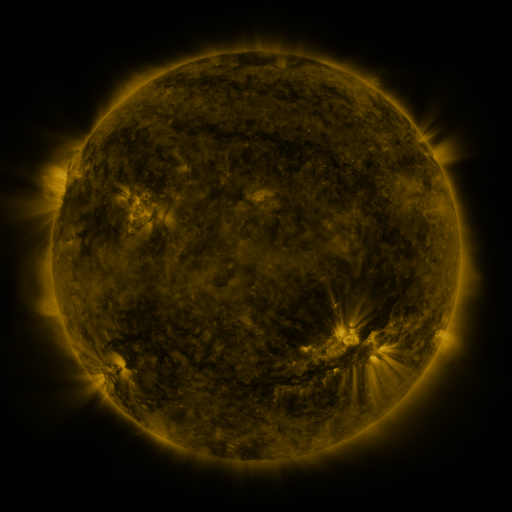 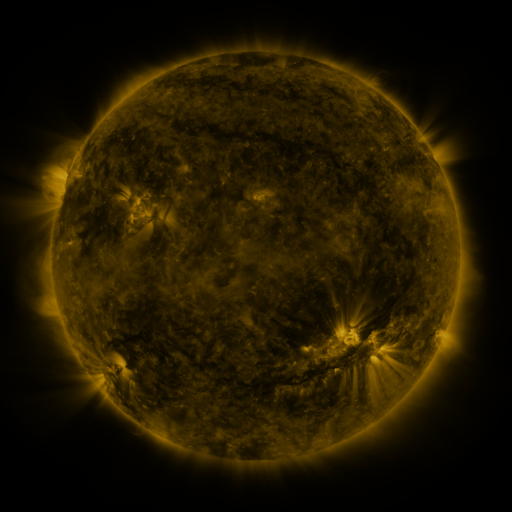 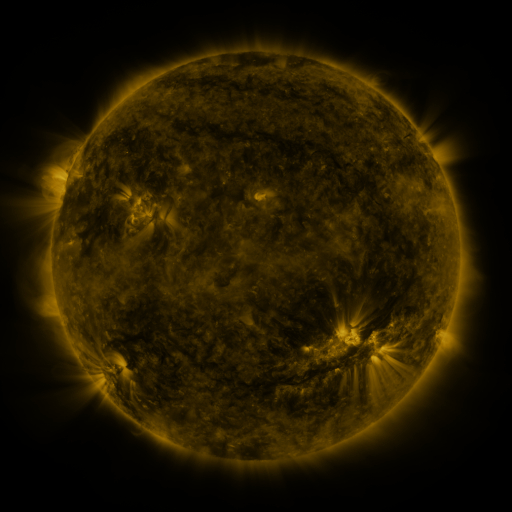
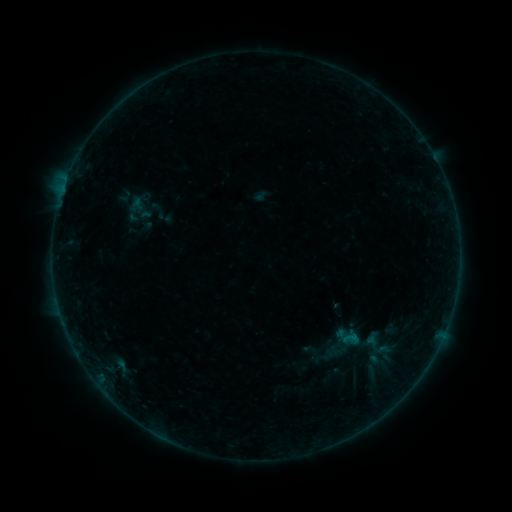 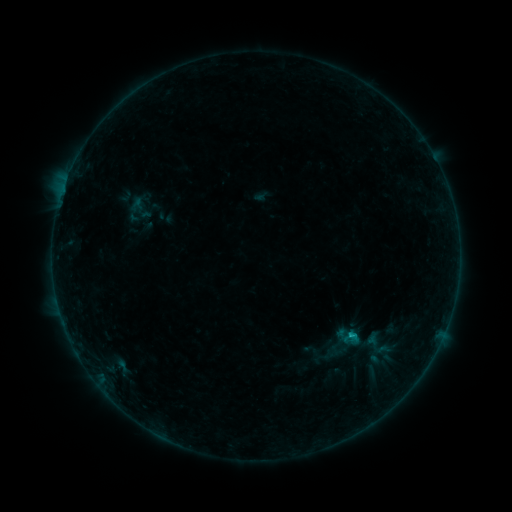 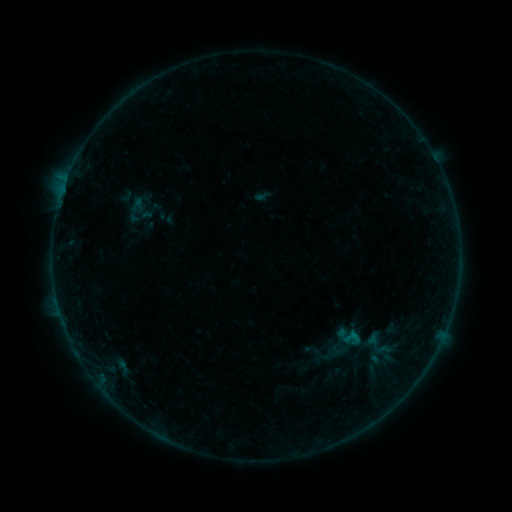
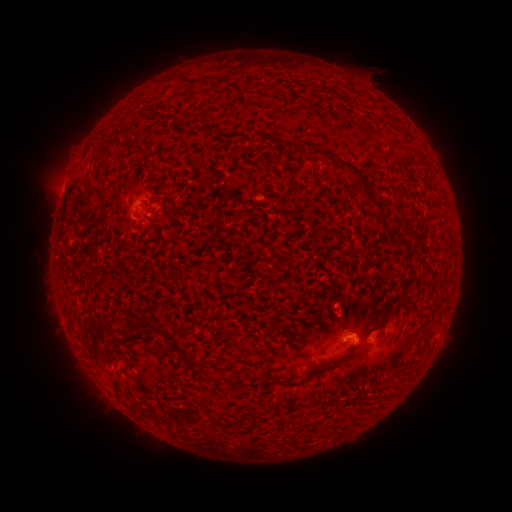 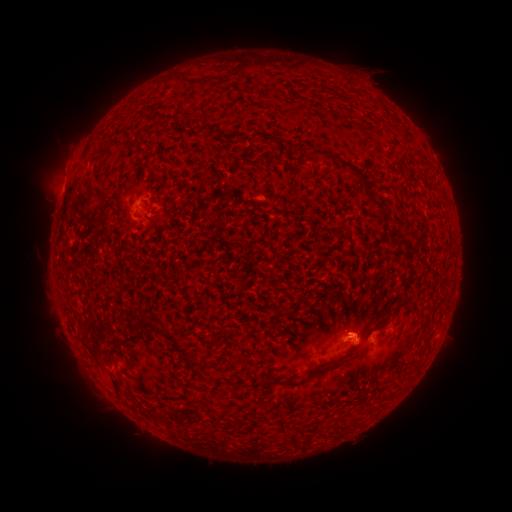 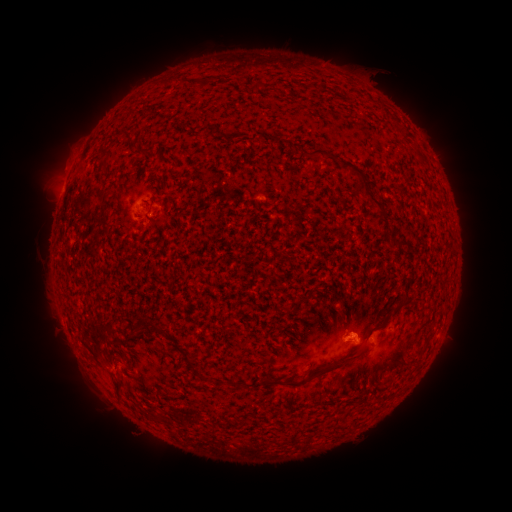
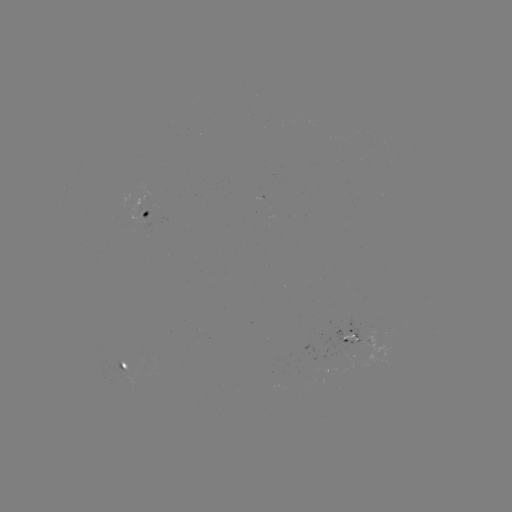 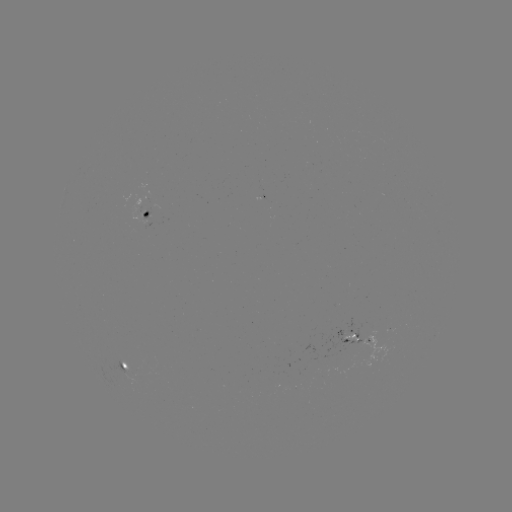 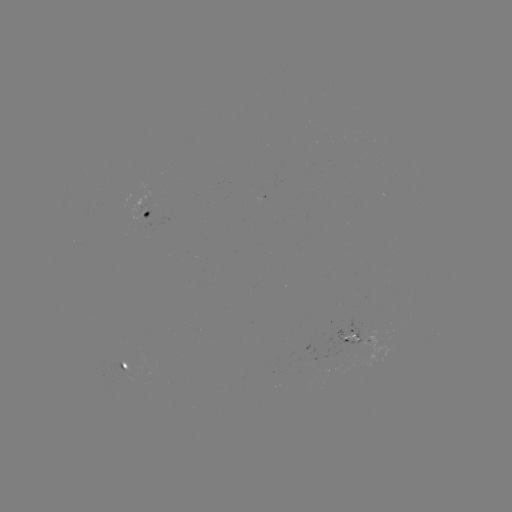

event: flare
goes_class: B3.4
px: (352, 335)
